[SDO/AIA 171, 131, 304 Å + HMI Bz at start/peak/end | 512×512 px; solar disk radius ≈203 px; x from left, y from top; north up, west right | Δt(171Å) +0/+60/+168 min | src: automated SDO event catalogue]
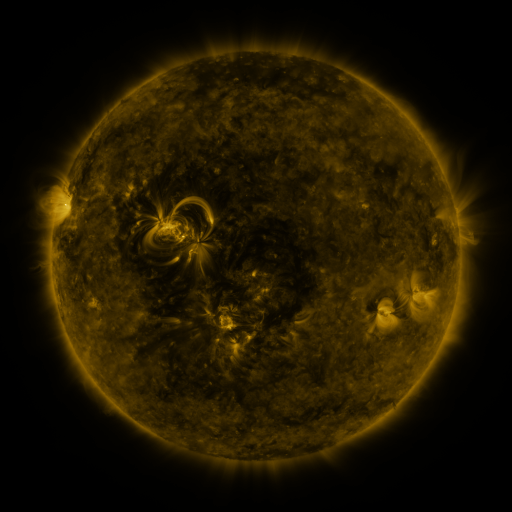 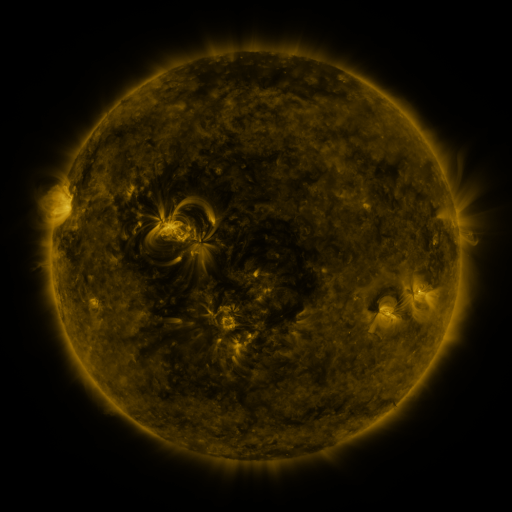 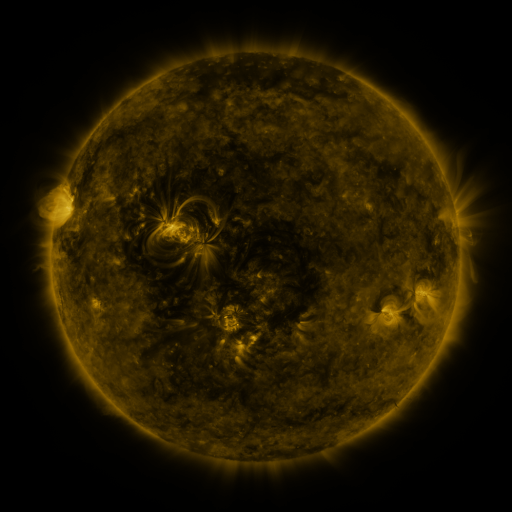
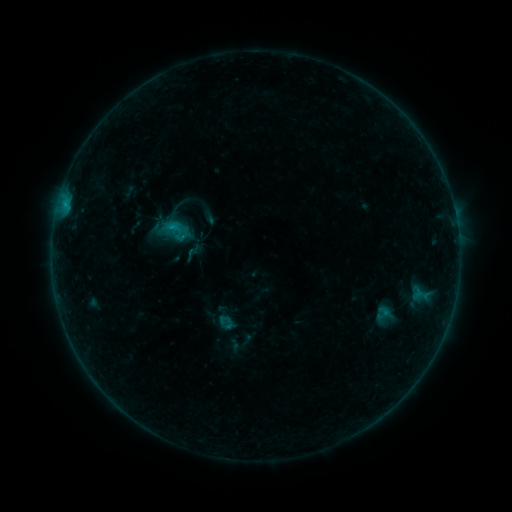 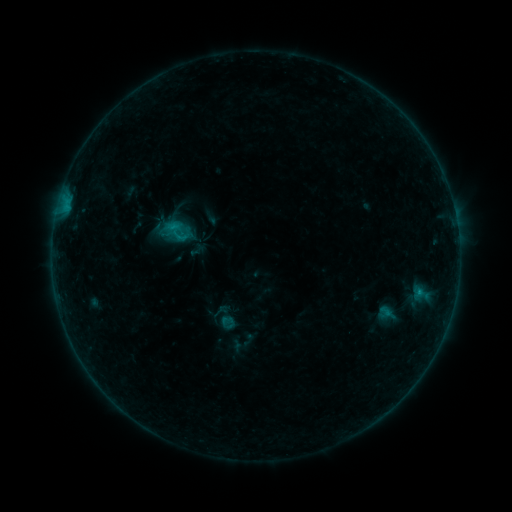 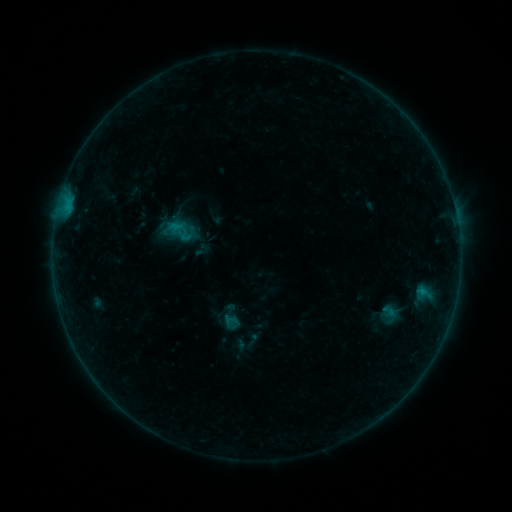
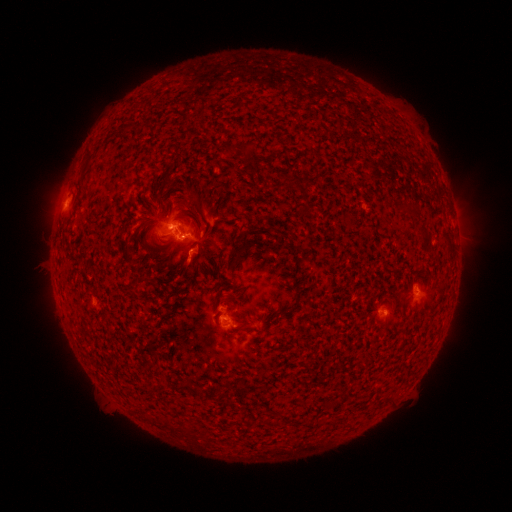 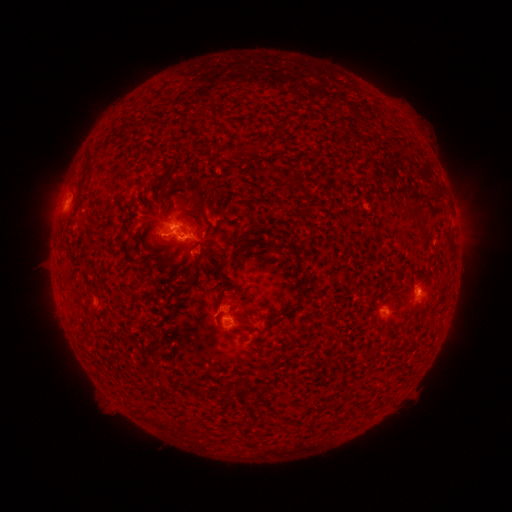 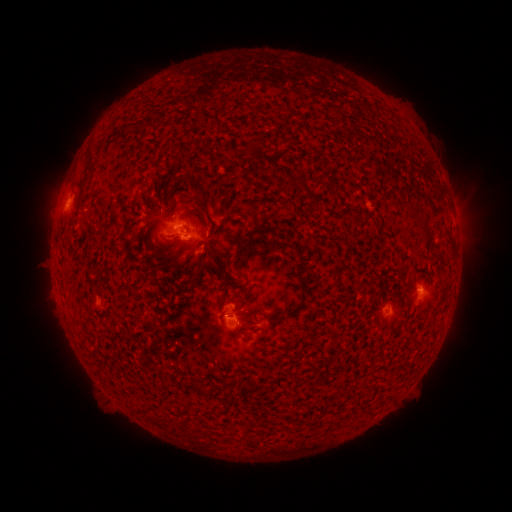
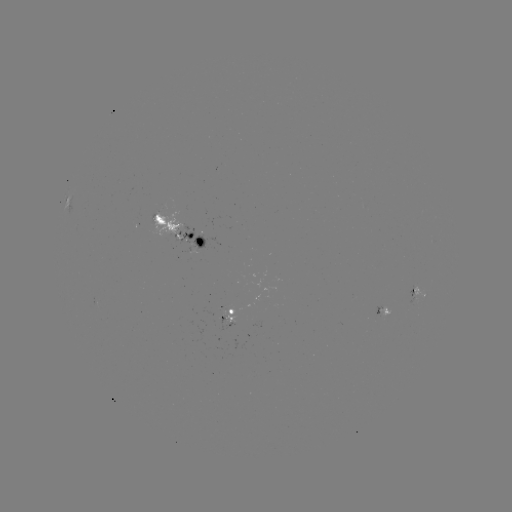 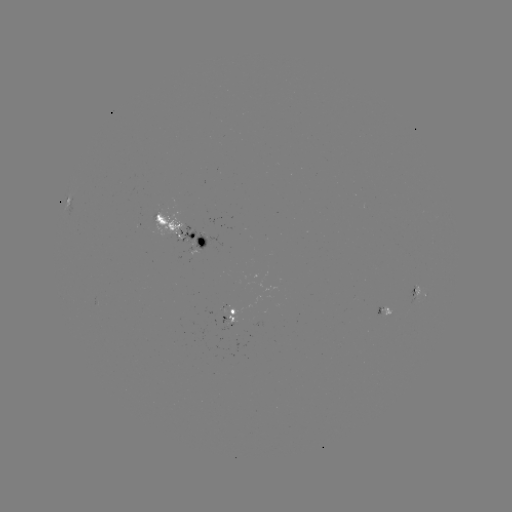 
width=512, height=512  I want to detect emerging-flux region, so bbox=[380, 307, 391, 317].